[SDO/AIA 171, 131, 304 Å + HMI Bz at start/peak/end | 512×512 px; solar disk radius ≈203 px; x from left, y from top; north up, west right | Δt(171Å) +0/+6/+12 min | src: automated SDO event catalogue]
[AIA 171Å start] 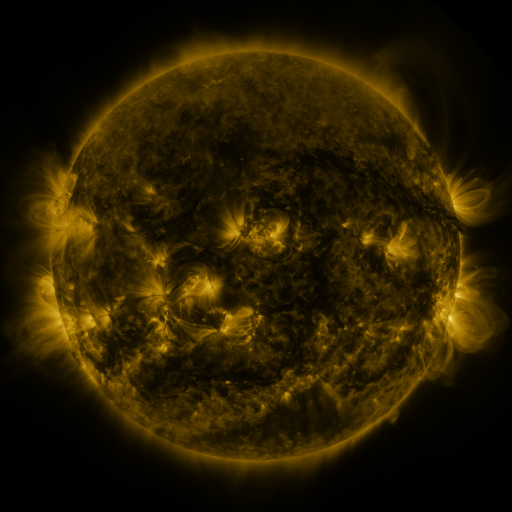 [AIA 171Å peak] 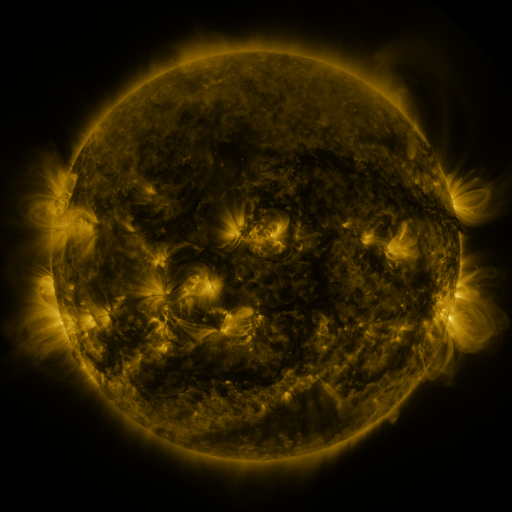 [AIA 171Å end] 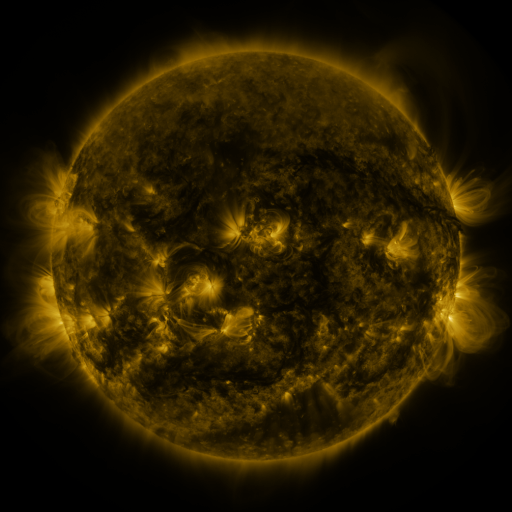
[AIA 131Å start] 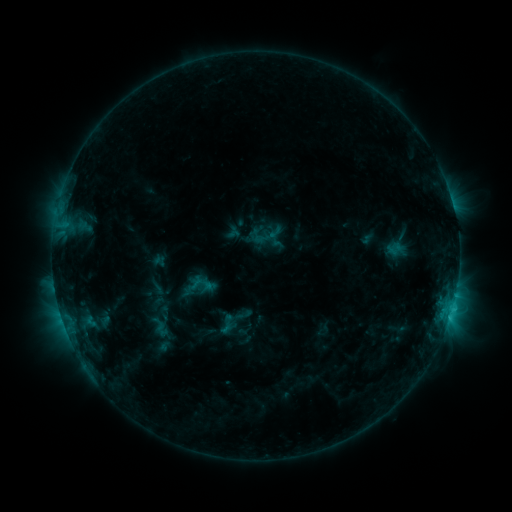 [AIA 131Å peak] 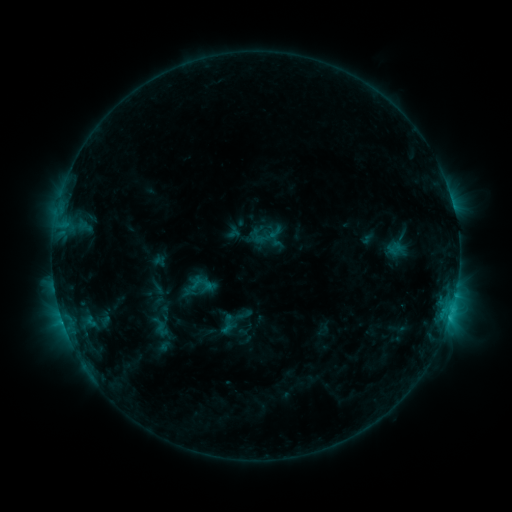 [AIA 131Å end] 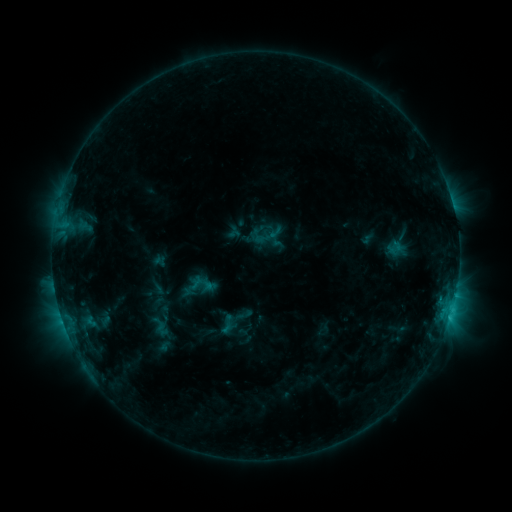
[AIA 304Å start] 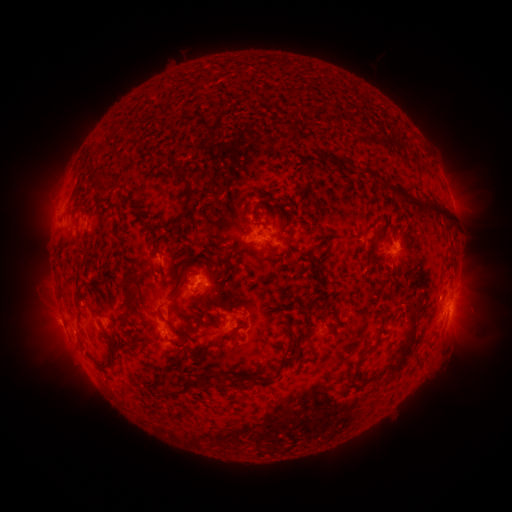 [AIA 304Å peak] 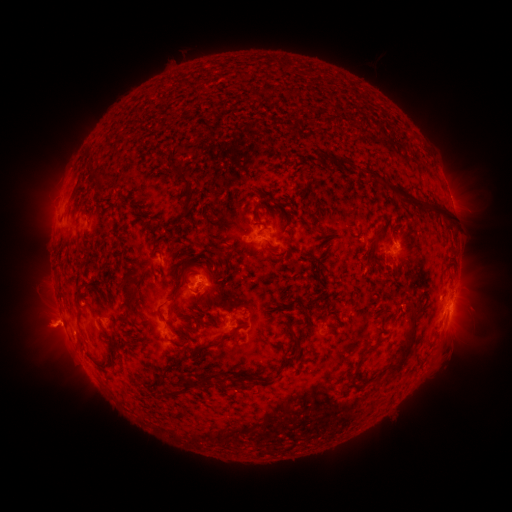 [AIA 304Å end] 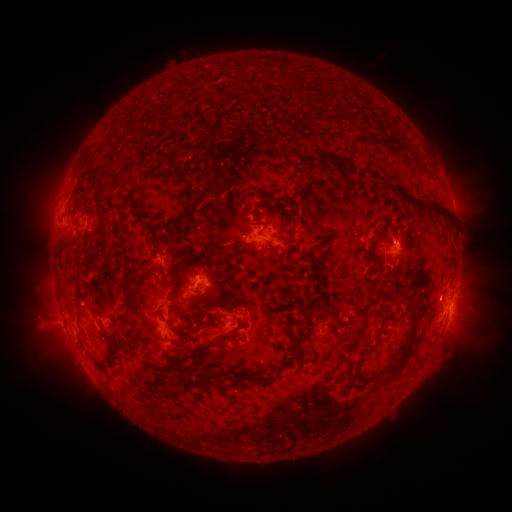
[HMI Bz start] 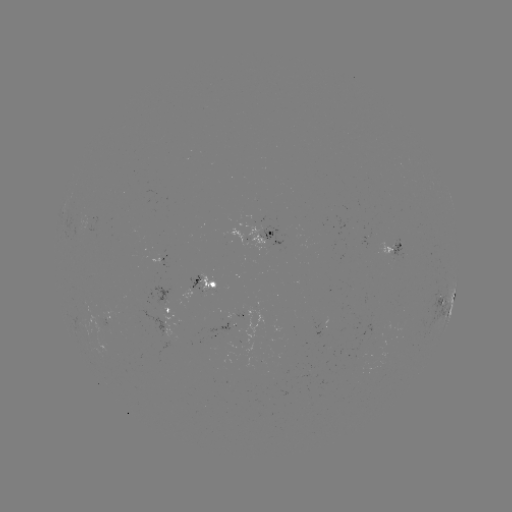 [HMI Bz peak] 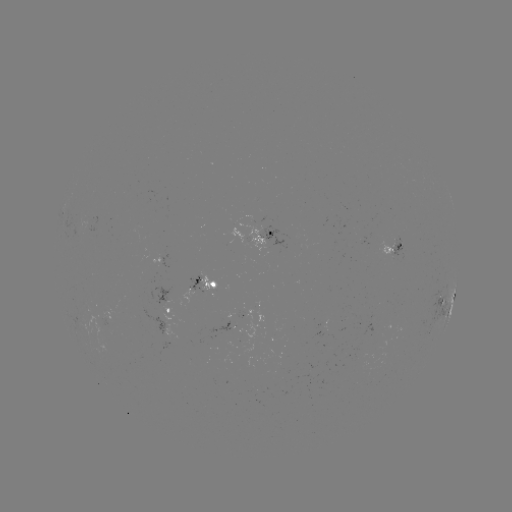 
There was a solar eruption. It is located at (45, 327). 